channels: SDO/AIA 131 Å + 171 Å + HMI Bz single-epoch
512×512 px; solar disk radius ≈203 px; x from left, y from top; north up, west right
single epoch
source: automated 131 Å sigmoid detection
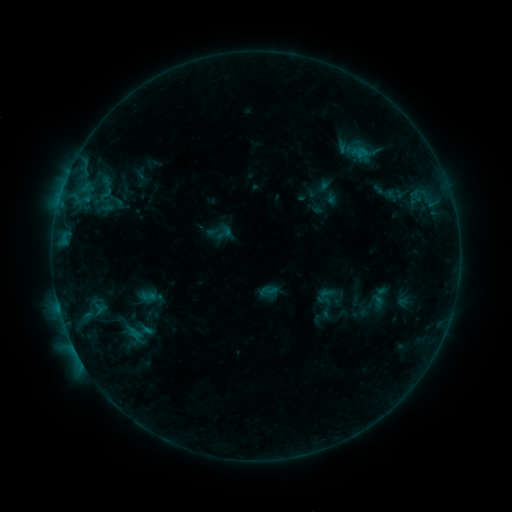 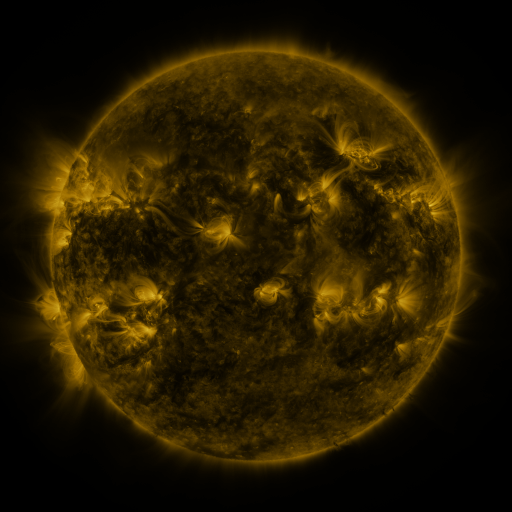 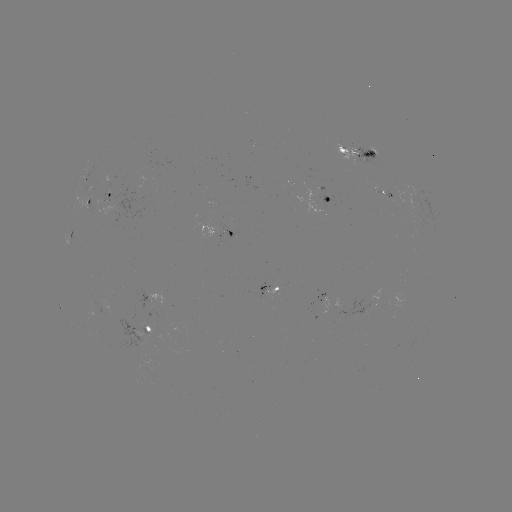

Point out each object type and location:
sigmoid: (149, 296)
sigmoid: (135, 333)
